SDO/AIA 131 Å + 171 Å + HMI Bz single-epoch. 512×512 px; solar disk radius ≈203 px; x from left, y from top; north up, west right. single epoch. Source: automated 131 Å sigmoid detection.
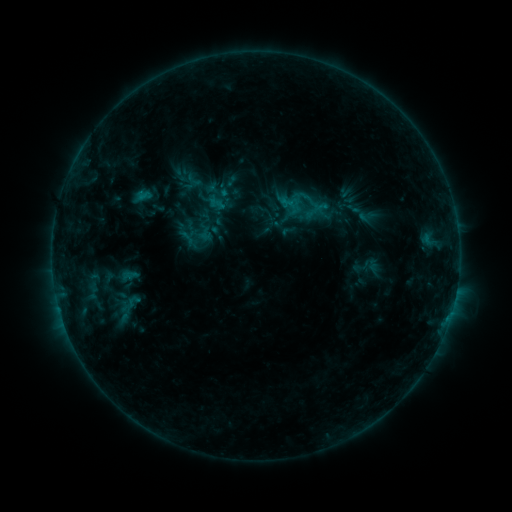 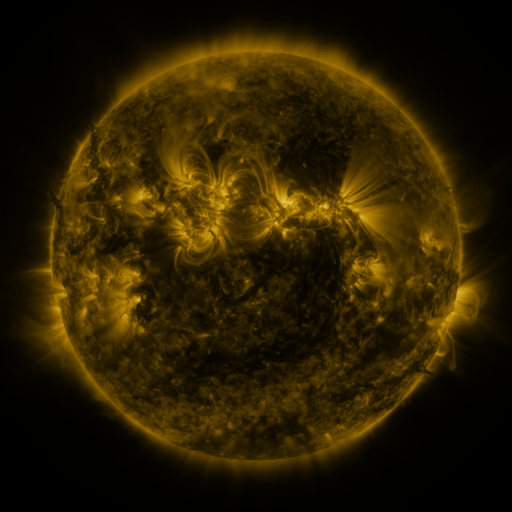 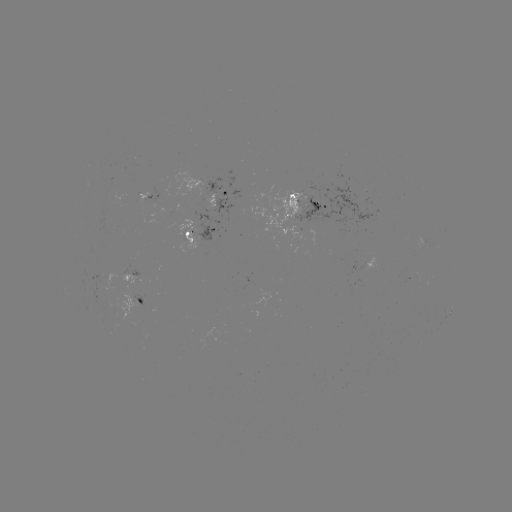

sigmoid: (184, 170, 206, 192)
